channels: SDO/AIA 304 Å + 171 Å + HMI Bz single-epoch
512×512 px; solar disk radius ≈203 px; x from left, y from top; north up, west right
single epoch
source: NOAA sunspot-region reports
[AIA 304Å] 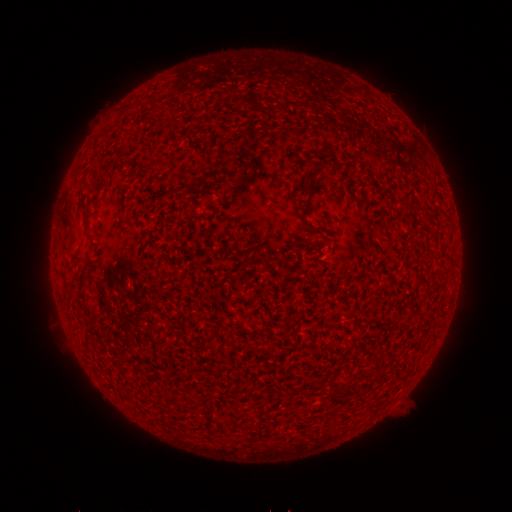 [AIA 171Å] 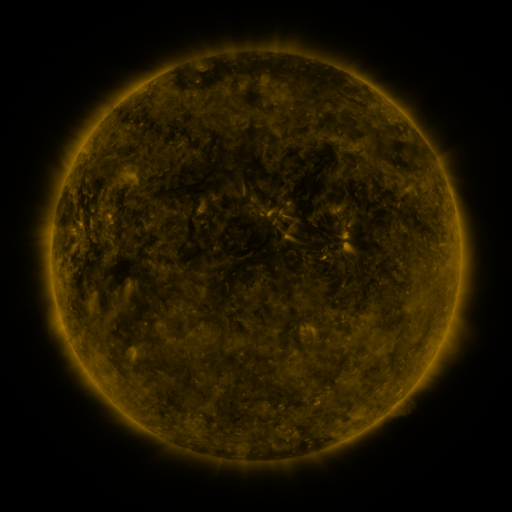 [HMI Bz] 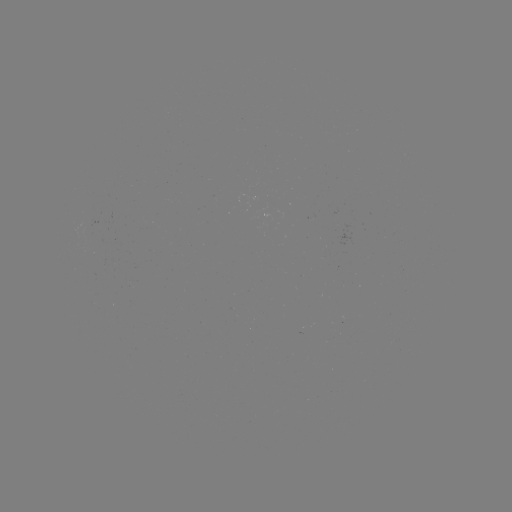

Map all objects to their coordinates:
(none)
